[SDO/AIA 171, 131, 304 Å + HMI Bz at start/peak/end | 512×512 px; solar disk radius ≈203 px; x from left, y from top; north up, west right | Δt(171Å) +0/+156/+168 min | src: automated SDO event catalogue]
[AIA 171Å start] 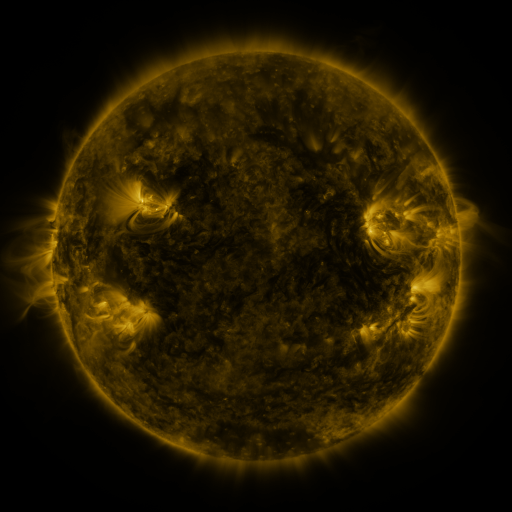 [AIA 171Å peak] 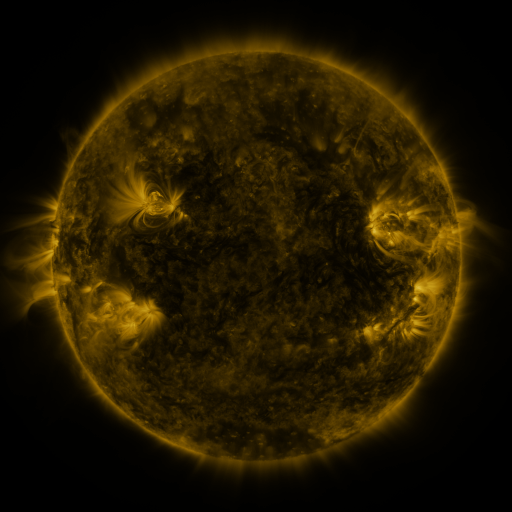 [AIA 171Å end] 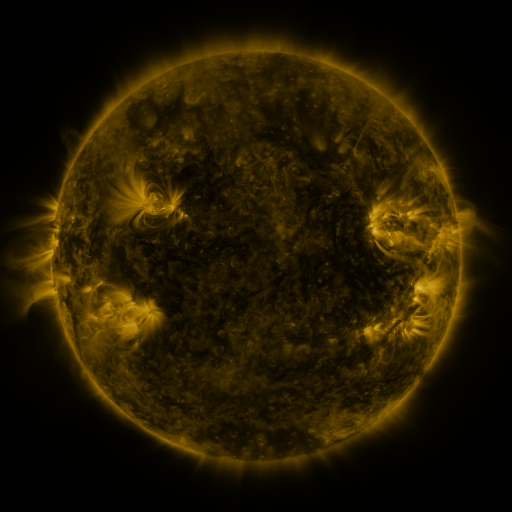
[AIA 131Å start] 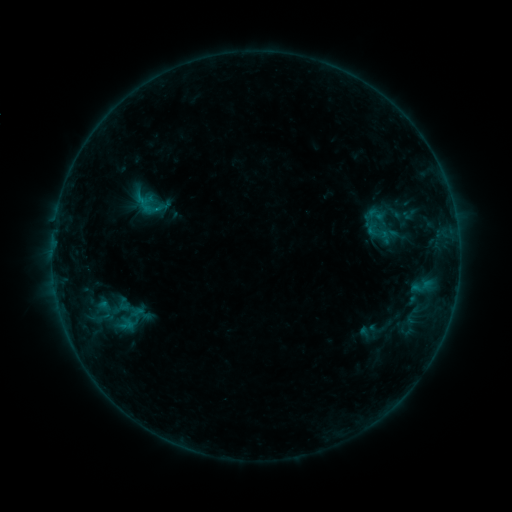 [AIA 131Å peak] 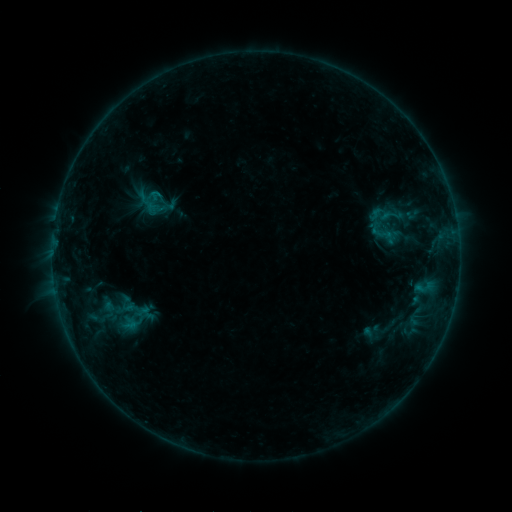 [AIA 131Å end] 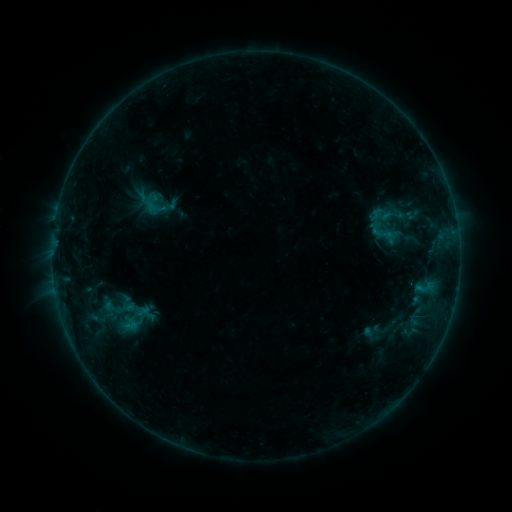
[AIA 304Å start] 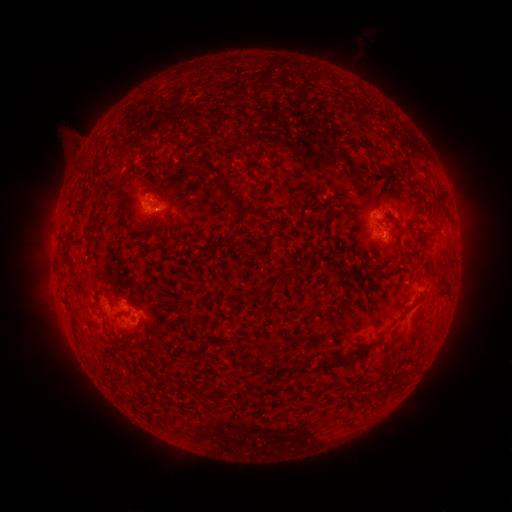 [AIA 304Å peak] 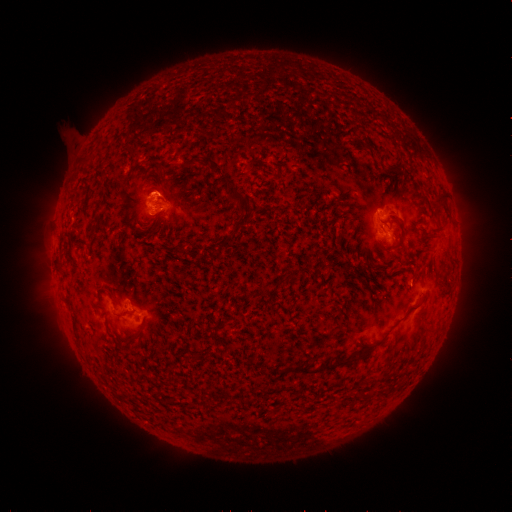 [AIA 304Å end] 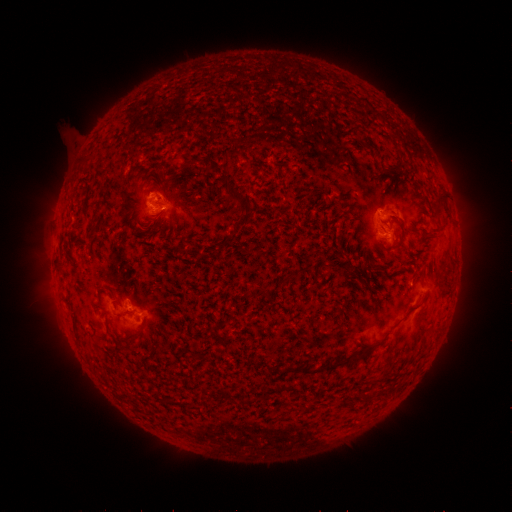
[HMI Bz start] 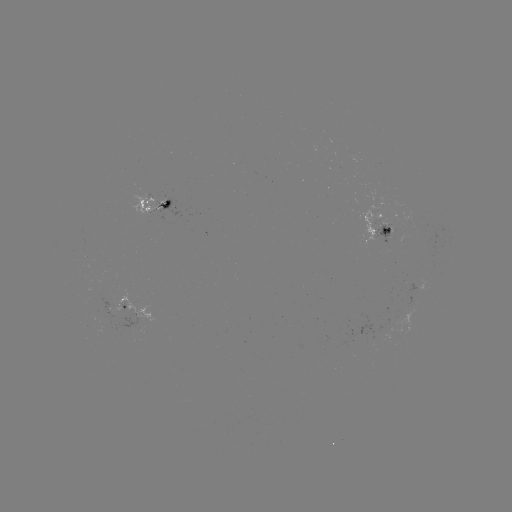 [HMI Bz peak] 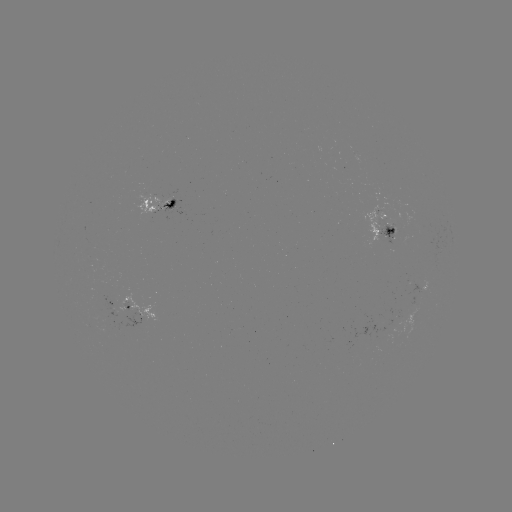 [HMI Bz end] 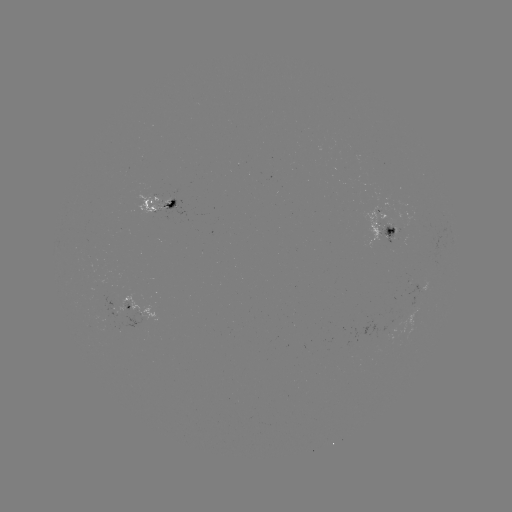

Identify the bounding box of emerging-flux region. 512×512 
[379, 224, 394, 245].